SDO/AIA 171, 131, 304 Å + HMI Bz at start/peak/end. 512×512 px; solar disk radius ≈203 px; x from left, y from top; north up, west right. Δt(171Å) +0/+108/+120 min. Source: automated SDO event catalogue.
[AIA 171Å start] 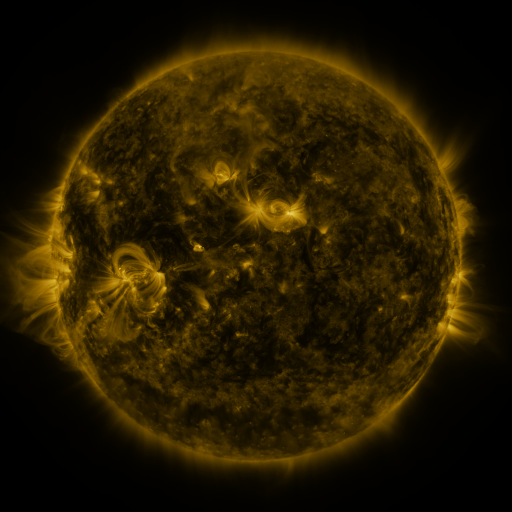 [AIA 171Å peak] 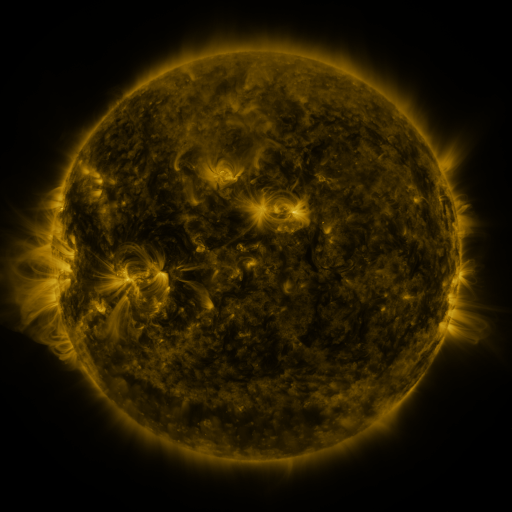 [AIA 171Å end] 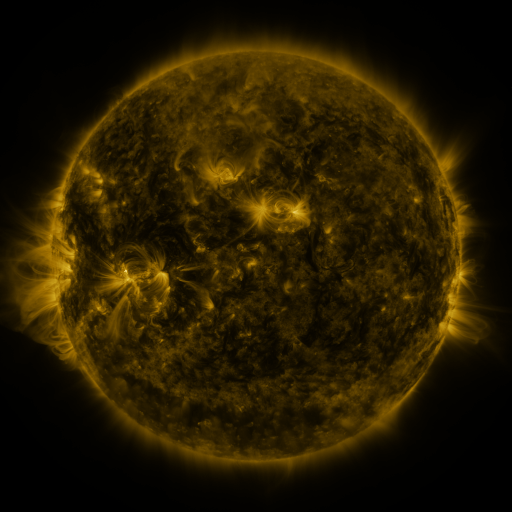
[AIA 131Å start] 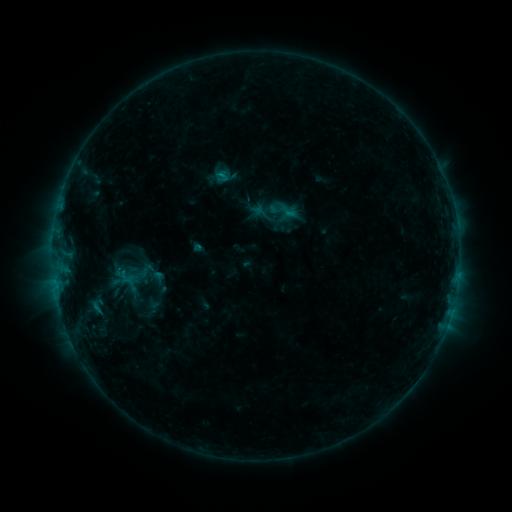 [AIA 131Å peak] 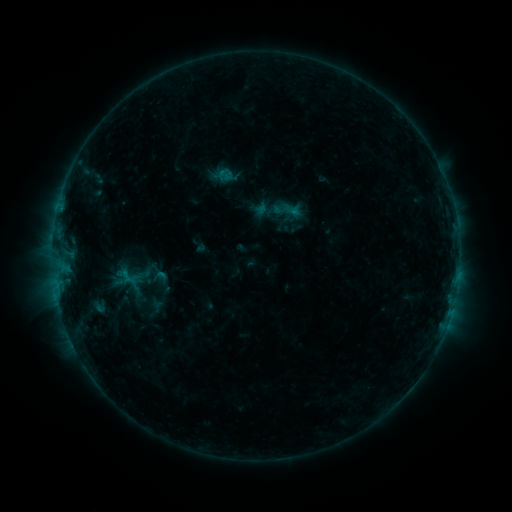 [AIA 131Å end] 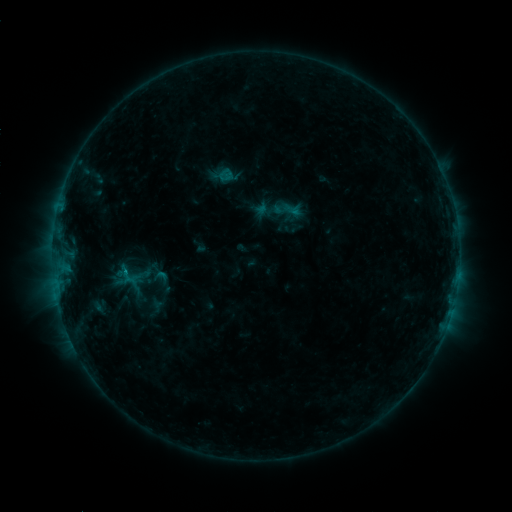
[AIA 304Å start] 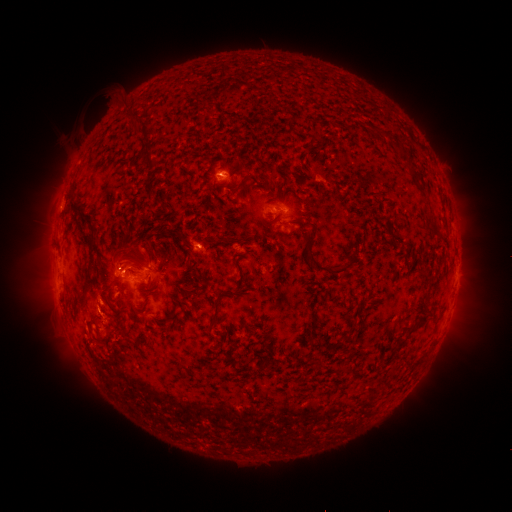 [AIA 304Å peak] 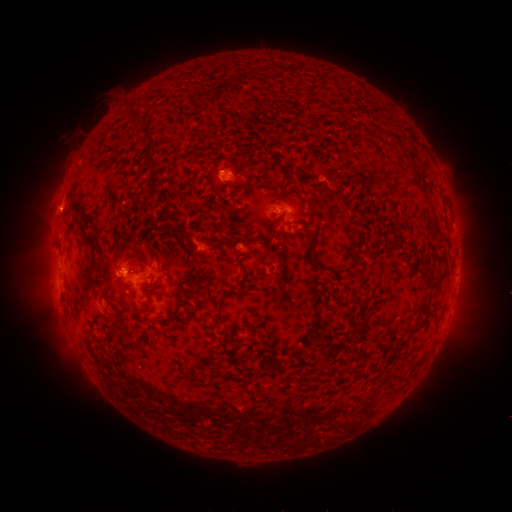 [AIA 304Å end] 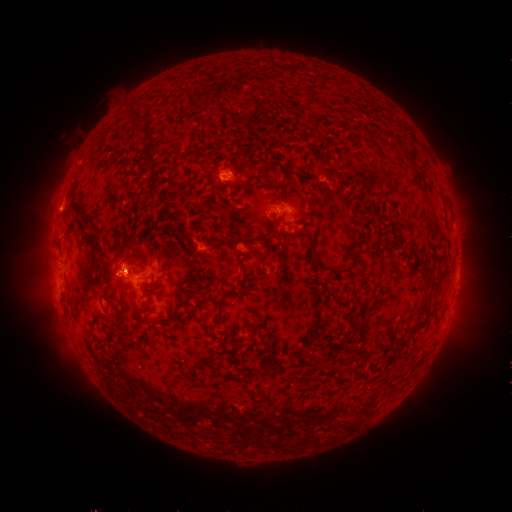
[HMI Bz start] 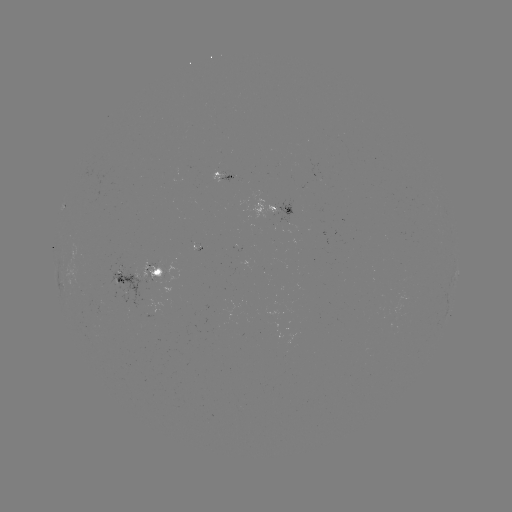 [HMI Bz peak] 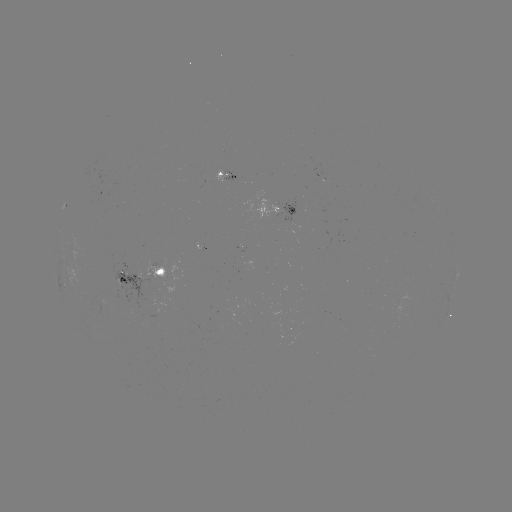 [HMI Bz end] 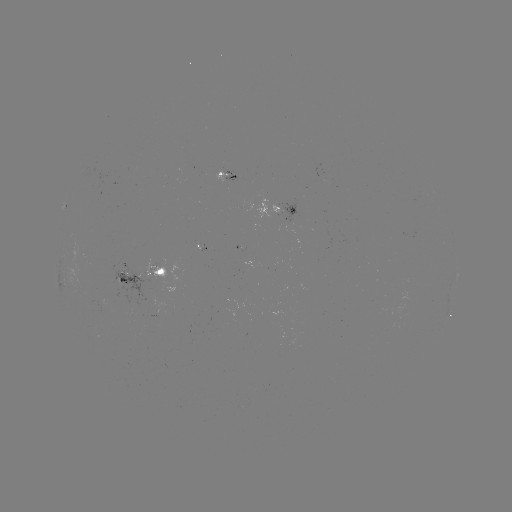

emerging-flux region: (120, 264, 128, 277)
